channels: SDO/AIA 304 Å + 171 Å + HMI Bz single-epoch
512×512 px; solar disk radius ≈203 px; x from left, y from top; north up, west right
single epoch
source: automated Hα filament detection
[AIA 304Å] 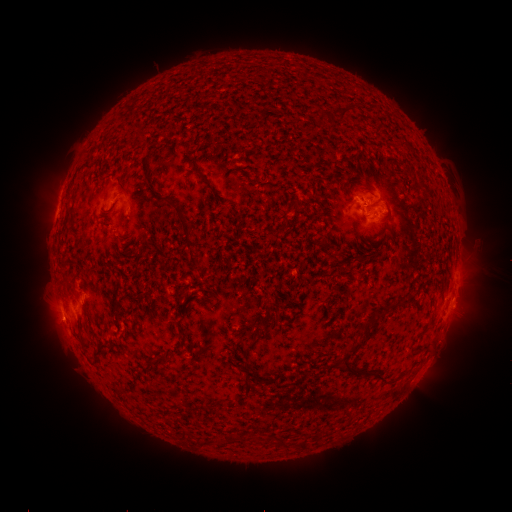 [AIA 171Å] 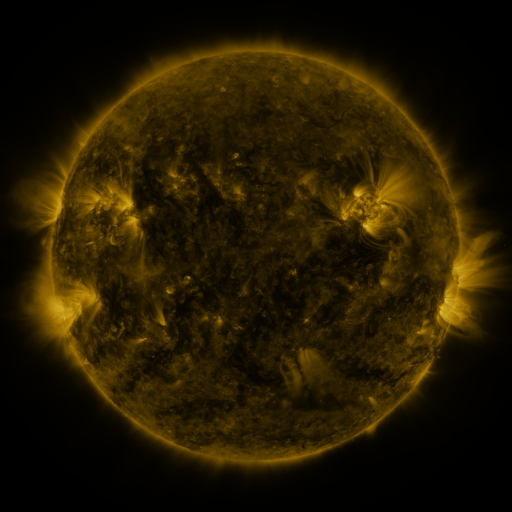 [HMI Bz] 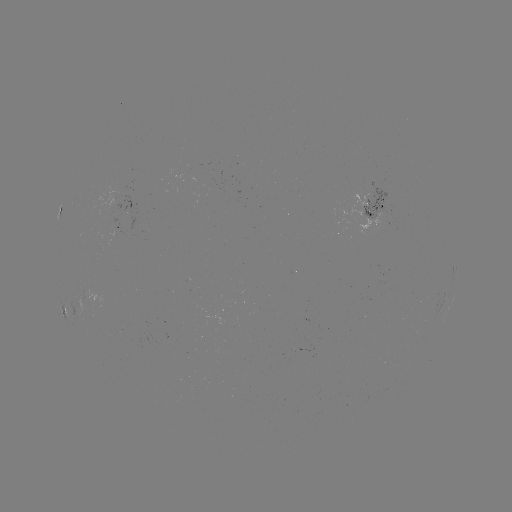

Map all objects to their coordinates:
filament: [339, 104, 356, 122]
filament: [417, 183, 433, 196]
filament: [178, 213, 198, 248]
filament: [189, 254, 201, 267]
filament: [332, 254, 341, 266]
filament: [407, 295, 416, 304]
filament: [270, 302, 278, 314]
filament: [92, 341, 106, 363]
filament: [244, 341, 256, 350]
filament: [345, 343, 358, 355]
filament: [156, 355, 167, 363]
filament: [334, 360, 387, 385]
filament: [240, 382, 253, 393]
filament: [296, 437, 306, 449]
